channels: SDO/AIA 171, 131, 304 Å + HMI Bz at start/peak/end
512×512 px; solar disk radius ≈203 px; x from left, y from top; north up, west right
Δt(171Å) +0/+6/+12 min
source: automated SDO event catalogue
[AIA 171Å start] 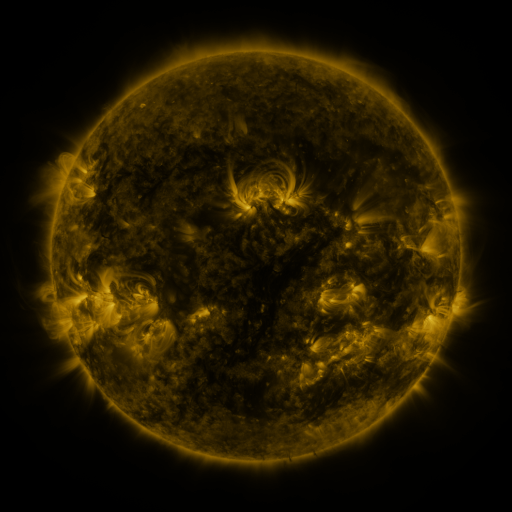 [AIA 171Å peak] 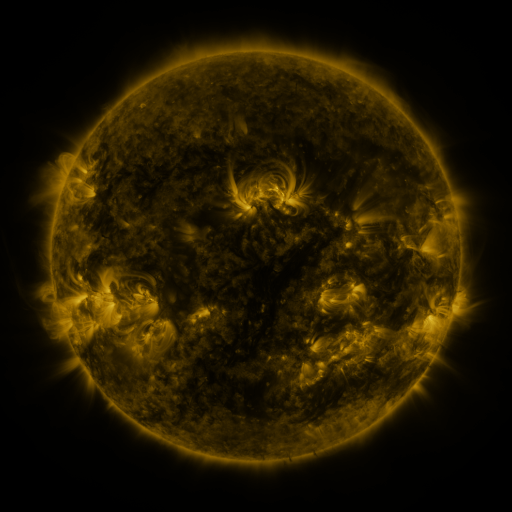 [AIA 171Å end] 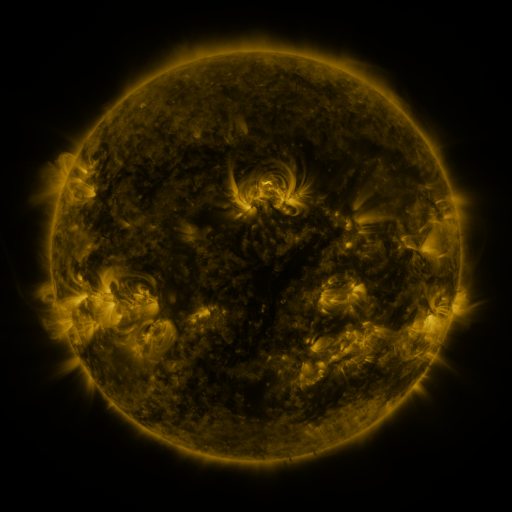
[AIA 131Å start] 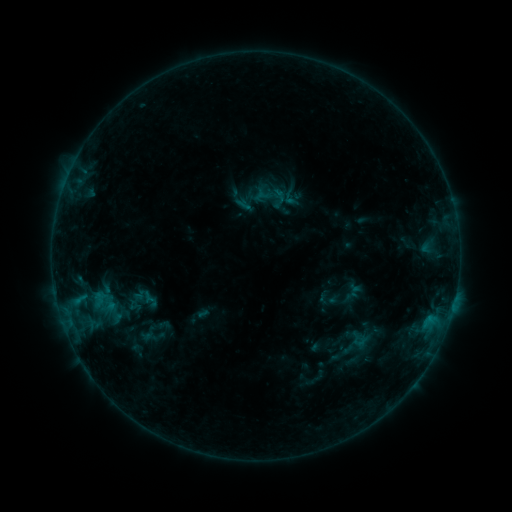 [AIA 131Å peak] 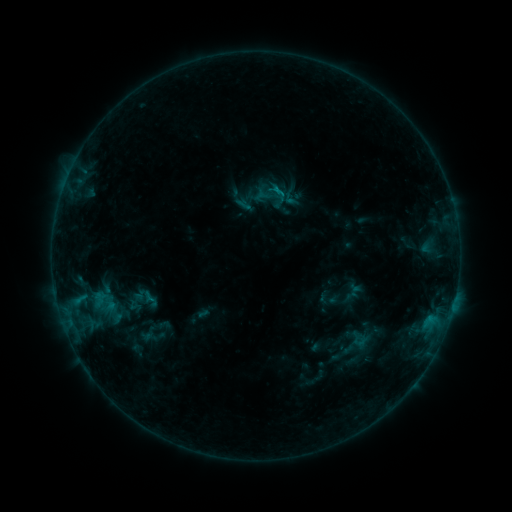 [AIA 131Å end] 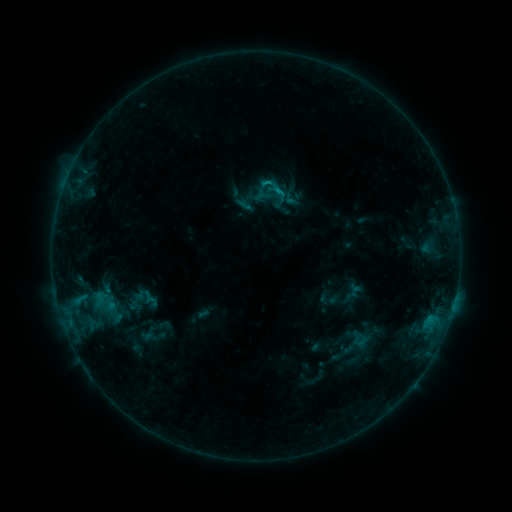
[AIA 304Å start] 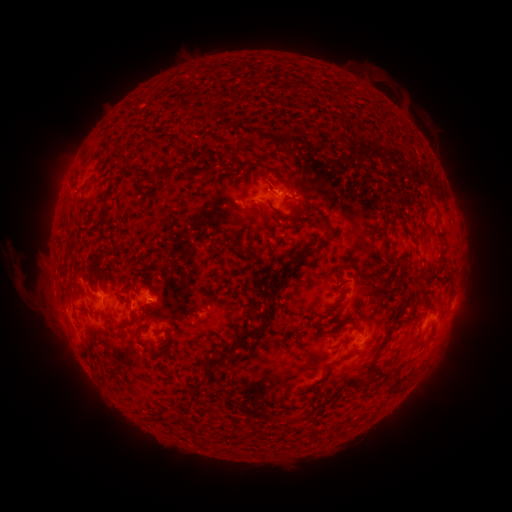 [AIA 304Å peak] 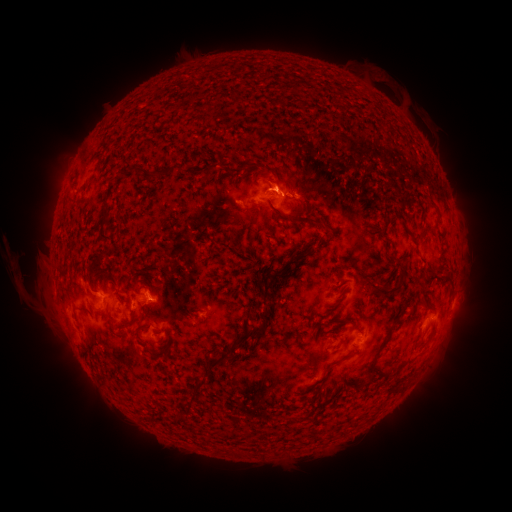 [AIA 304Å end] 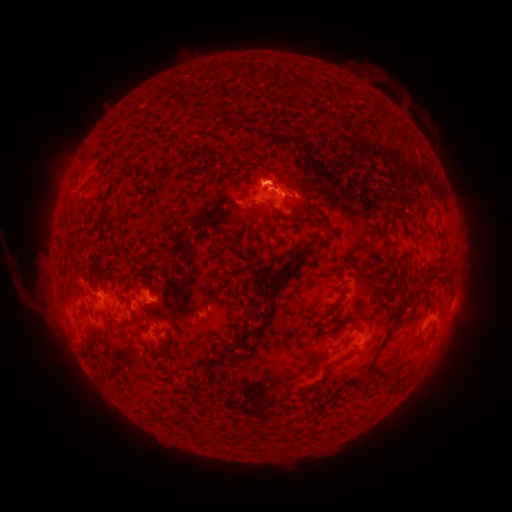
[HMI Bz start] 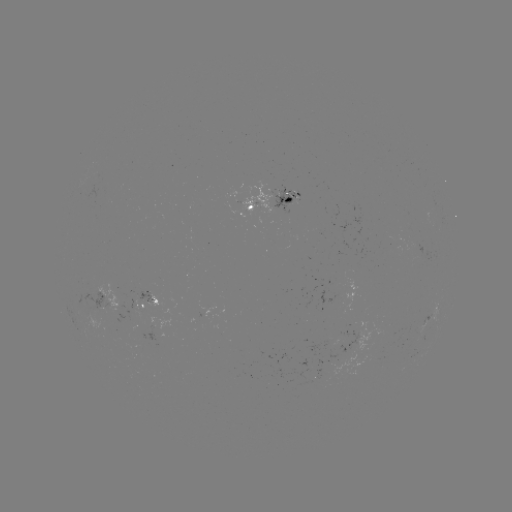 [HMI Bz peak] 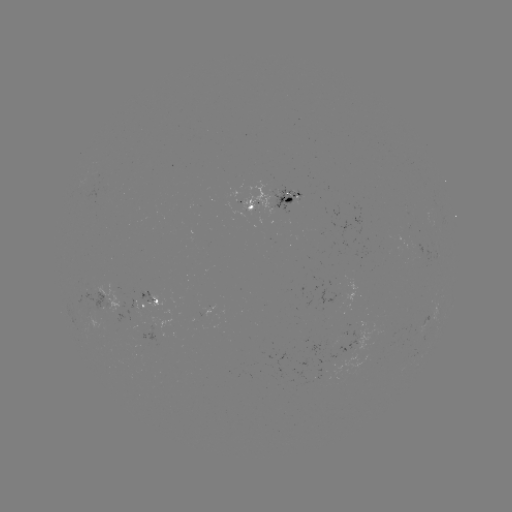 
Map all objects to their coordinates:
B8.0 flare: (275, 192)
